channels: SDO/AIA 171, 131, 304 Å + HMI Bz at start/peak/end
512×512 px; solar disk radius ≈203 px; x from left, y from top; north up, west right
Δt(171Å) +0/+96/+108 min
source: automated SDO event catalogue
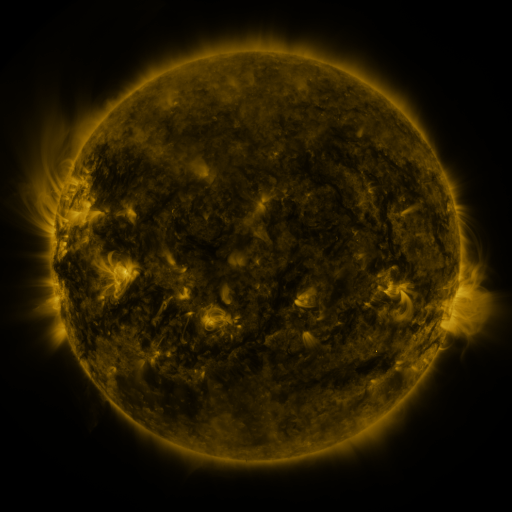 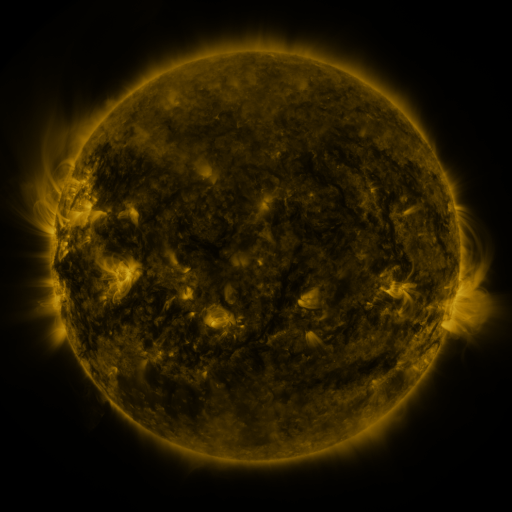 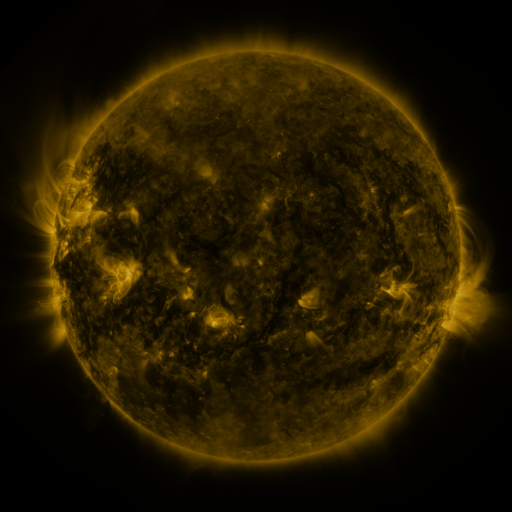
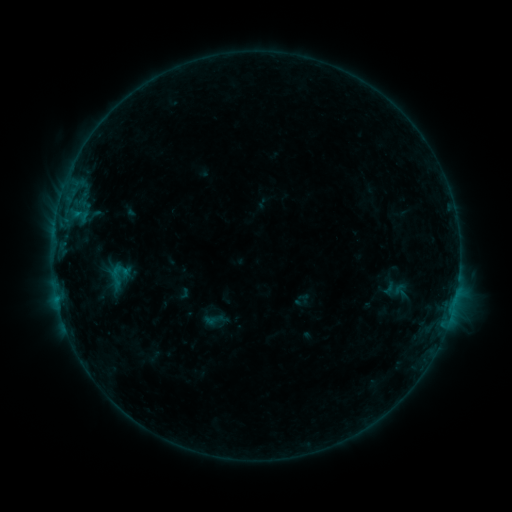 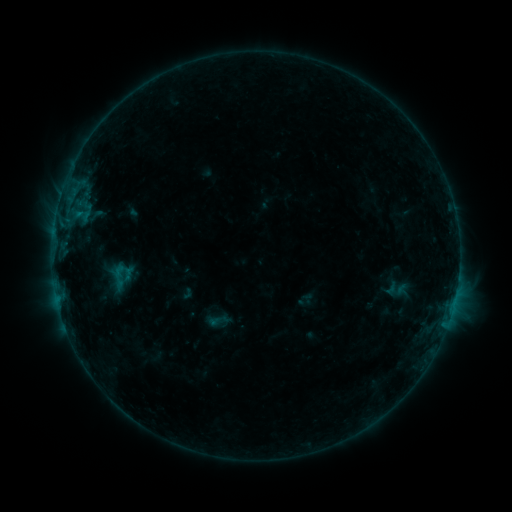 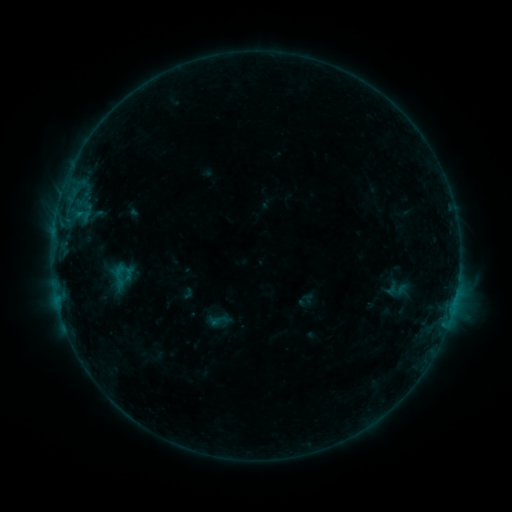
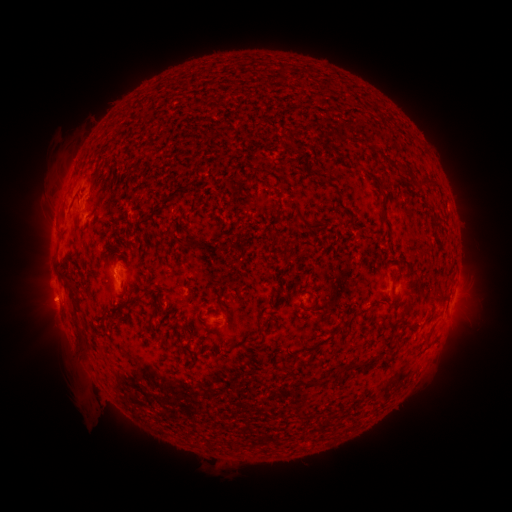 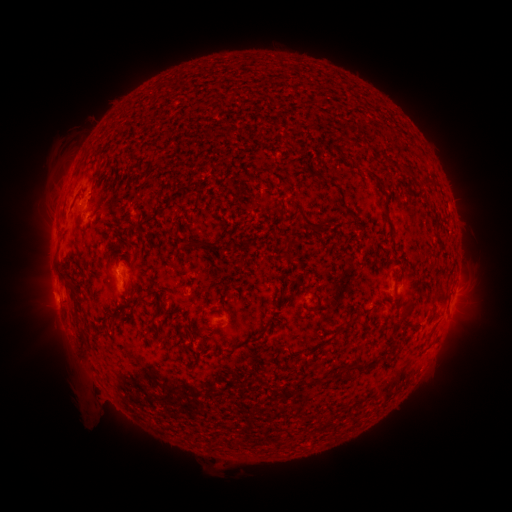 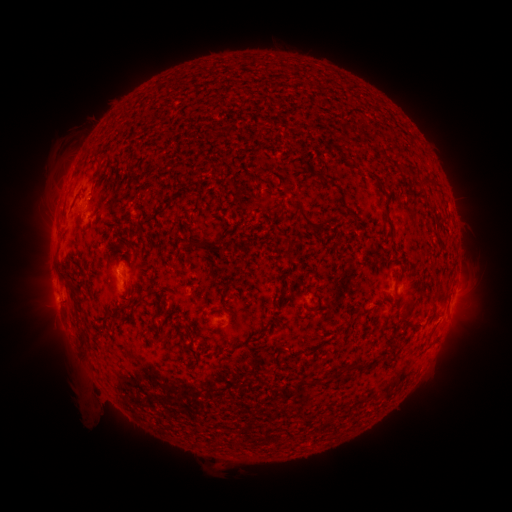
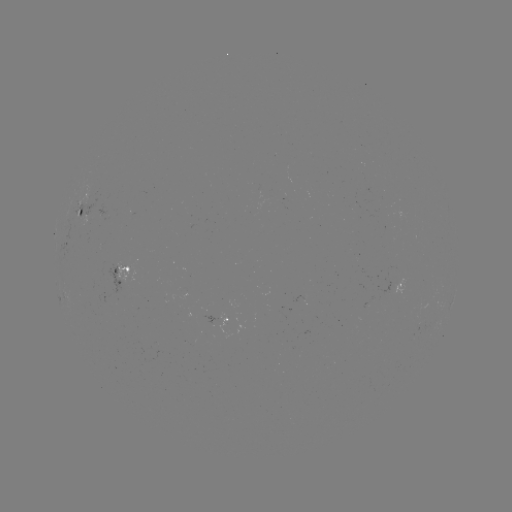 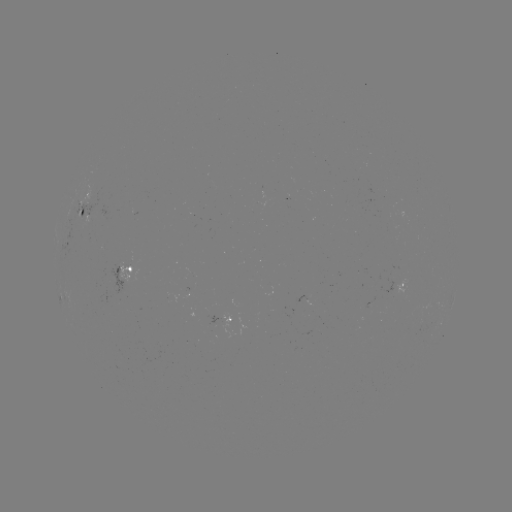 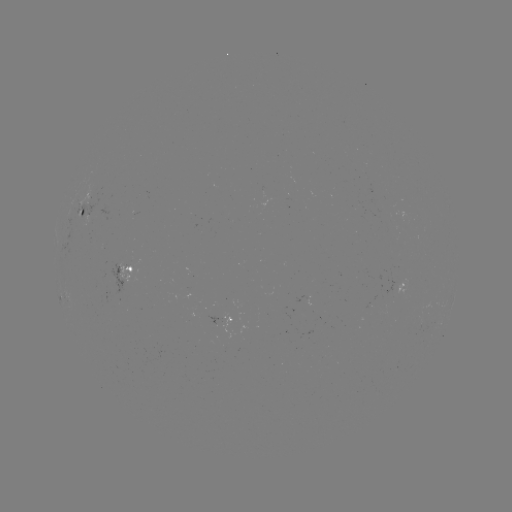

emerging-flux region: [82, 217, 92, 227]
